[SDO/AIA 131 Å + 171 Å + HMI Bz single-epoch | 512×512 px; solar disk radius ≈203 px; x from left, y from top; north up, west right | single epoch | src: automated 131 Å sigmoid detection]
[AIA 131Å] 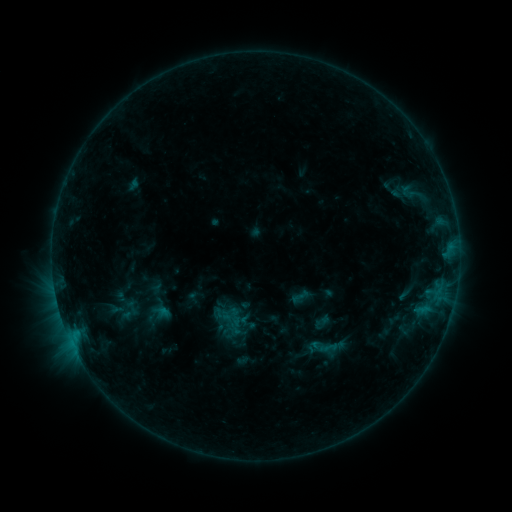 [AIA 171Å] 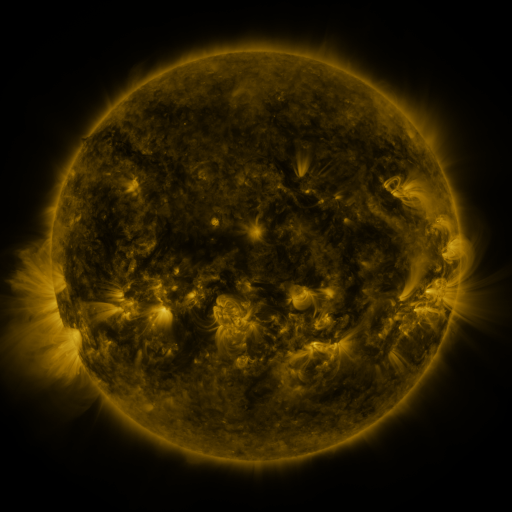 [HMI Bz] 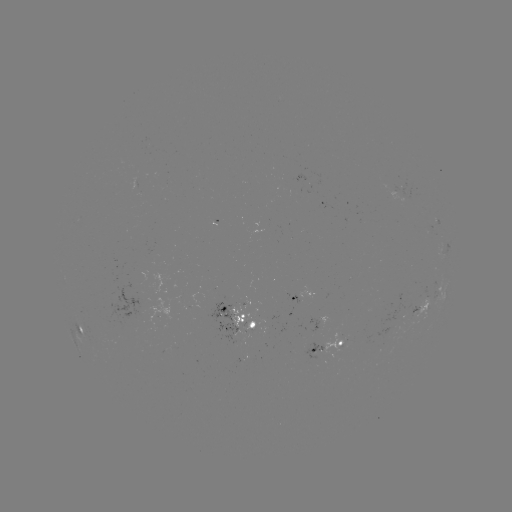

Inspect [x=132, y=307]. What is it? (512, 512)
sigmoid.